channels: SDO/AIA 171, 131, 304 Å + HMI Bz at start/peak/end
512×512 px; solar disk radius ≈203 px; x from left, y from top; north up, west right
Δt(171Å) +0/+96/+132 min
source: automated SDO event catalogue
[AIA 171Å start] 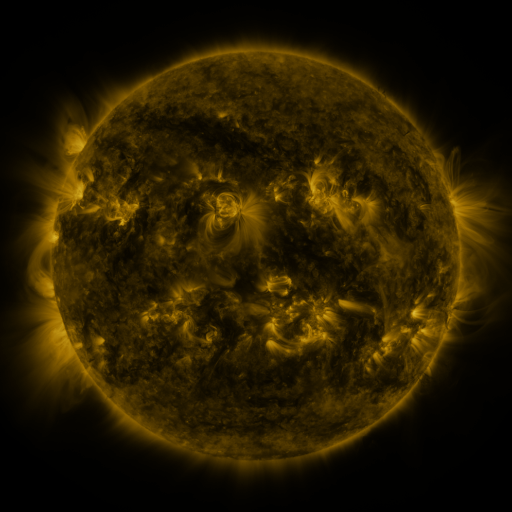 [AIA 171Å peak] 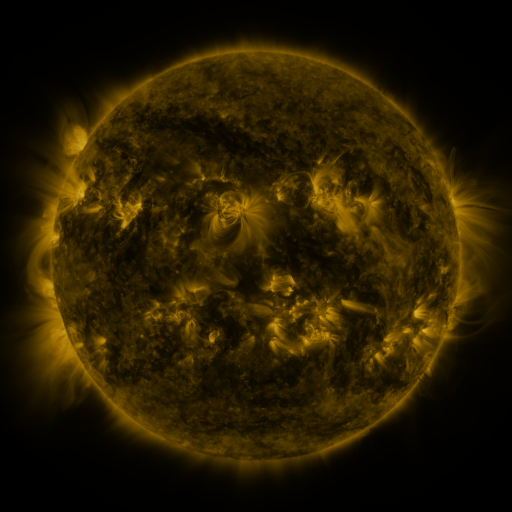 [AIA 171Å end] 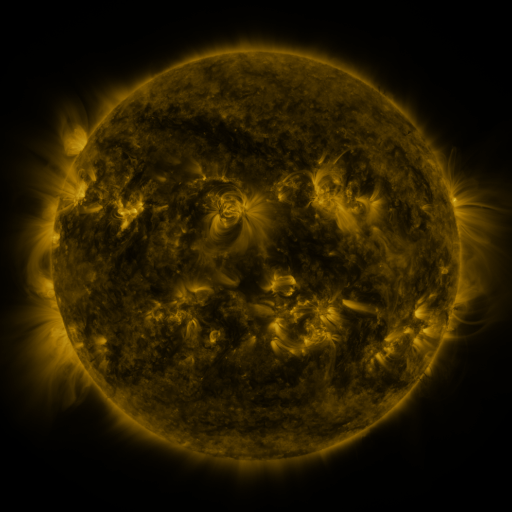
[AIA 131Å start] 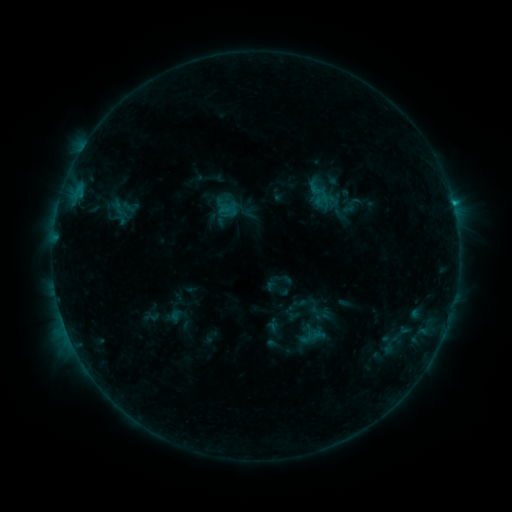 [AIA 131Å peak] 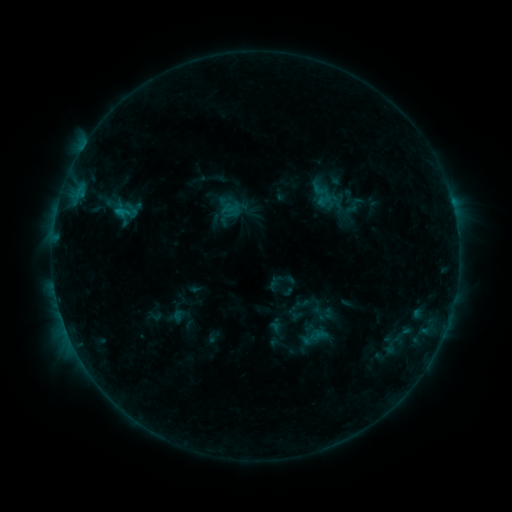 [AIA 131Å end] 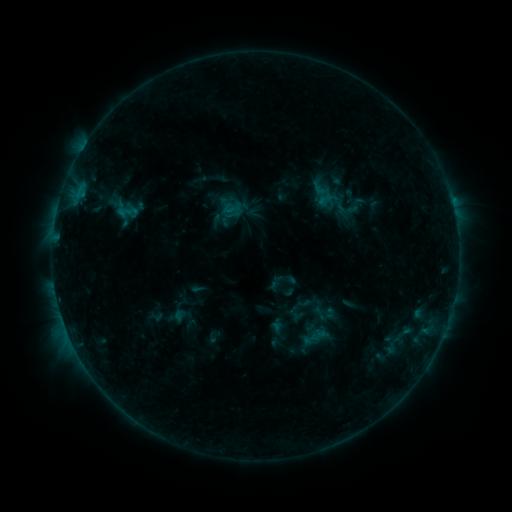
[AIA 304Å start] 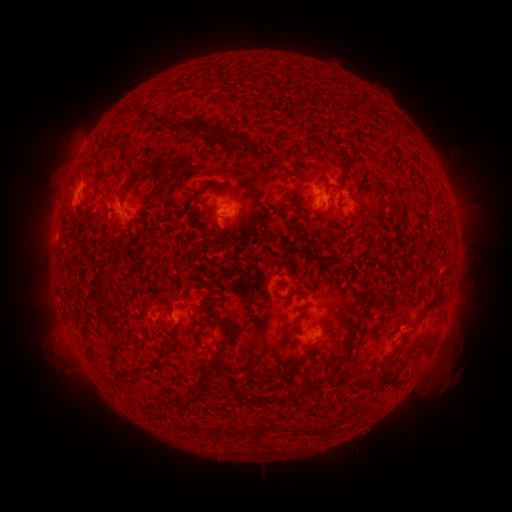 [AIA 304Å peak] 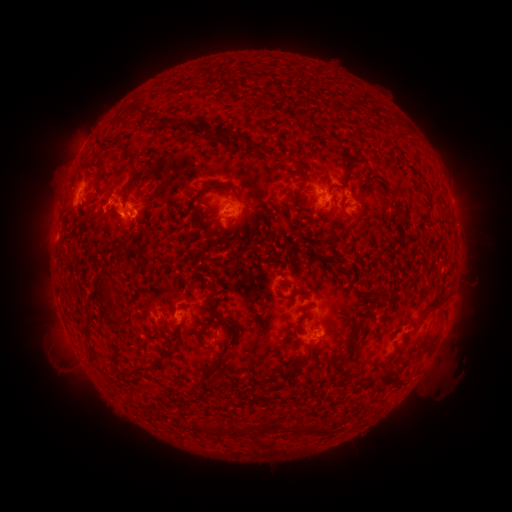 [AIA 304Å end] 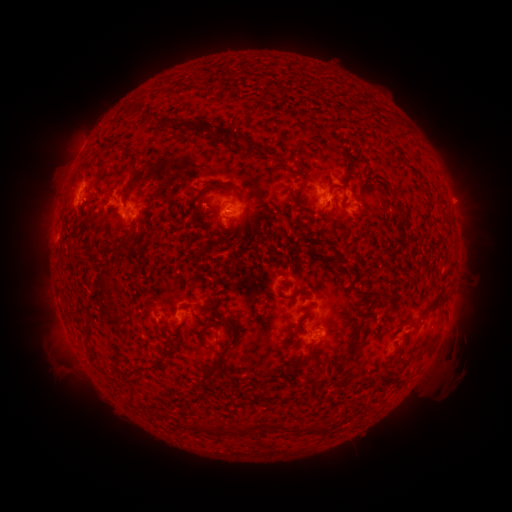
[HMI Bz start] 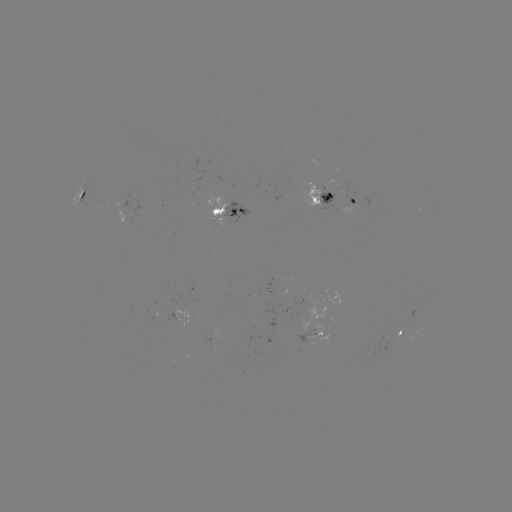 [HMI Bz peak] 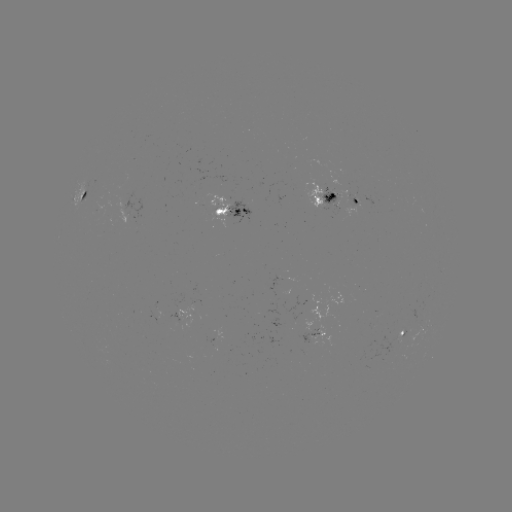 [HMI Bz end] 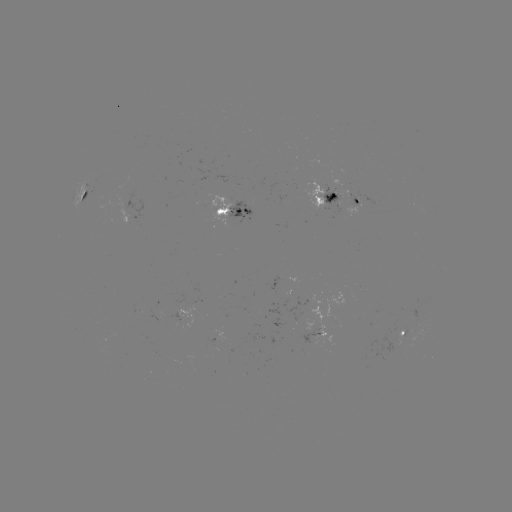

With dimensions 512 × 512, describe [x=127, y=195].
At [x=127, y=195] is emerging-flux region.